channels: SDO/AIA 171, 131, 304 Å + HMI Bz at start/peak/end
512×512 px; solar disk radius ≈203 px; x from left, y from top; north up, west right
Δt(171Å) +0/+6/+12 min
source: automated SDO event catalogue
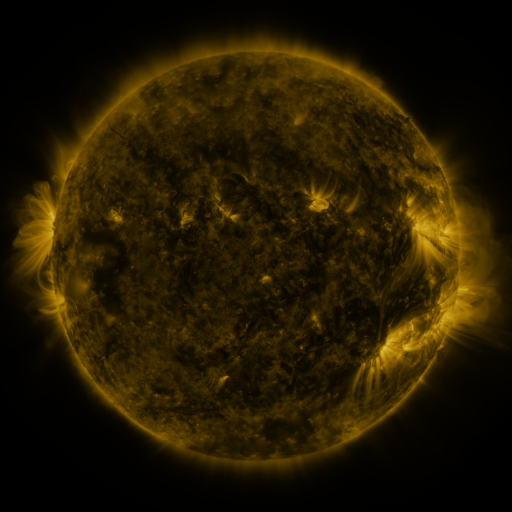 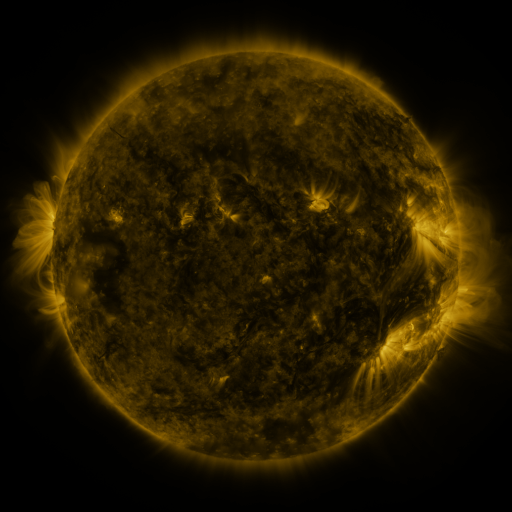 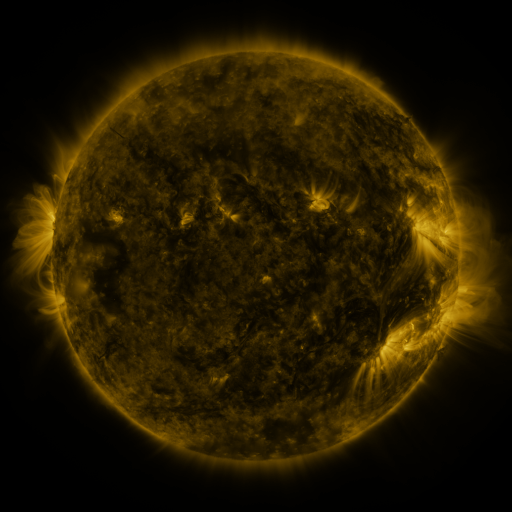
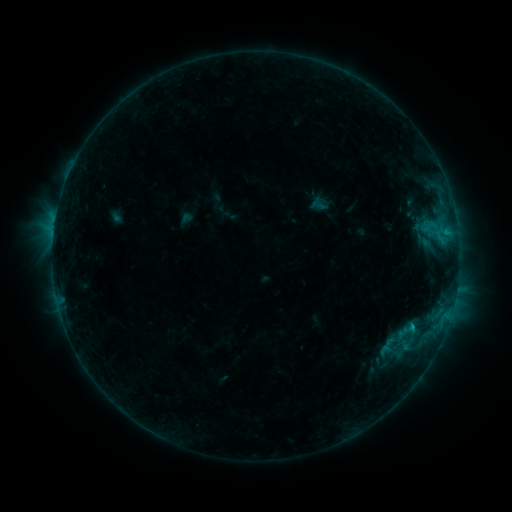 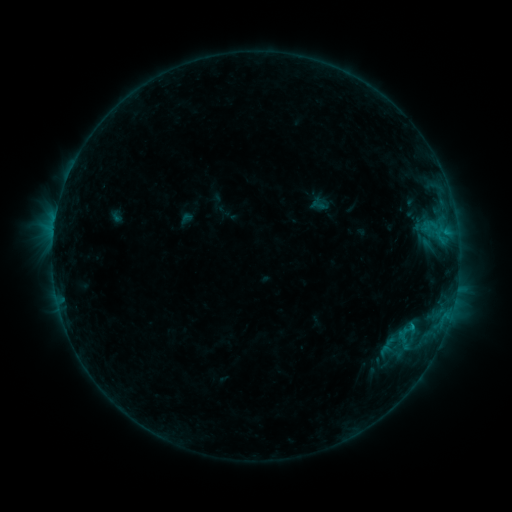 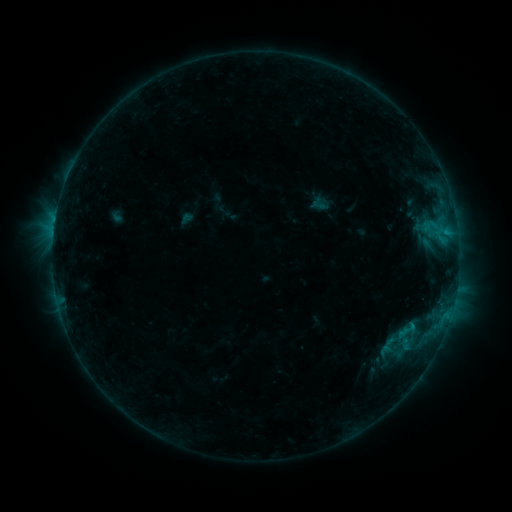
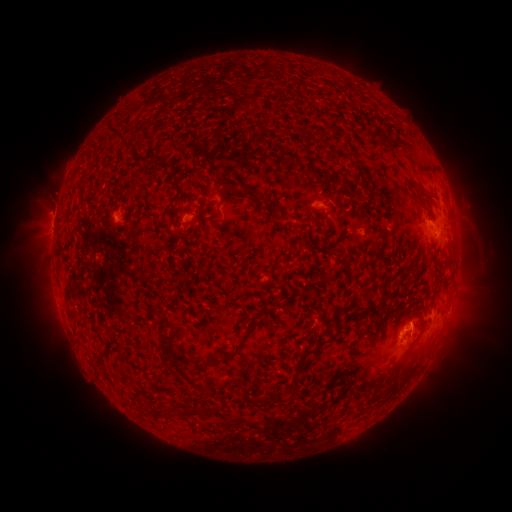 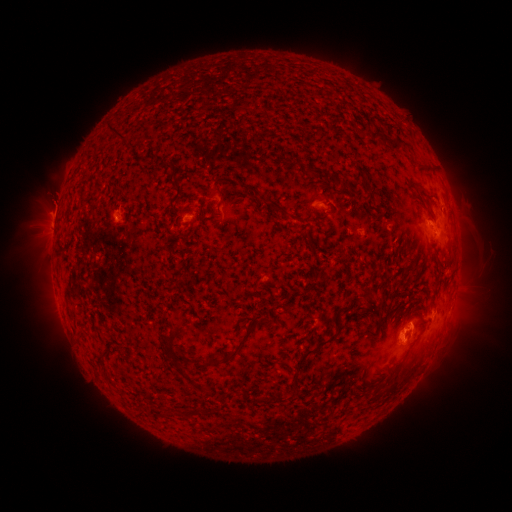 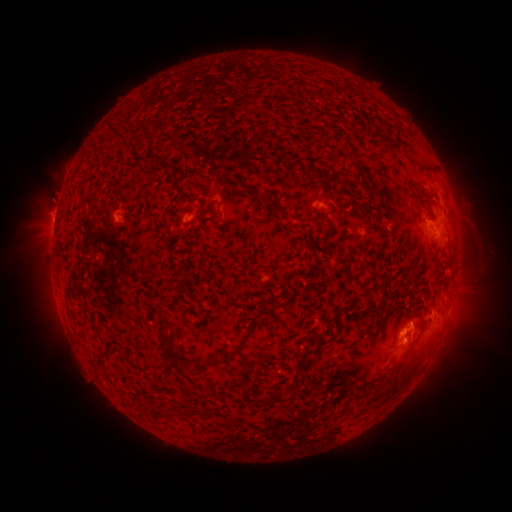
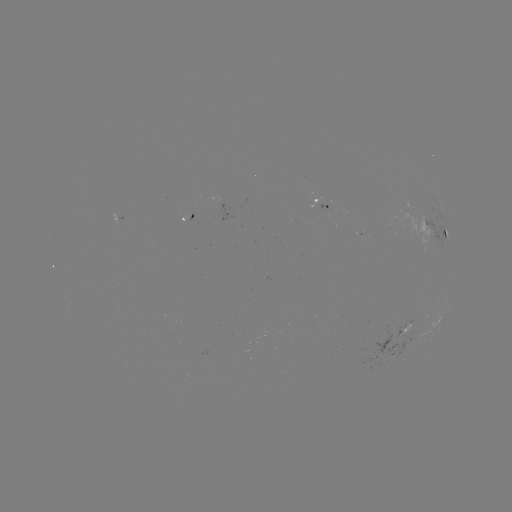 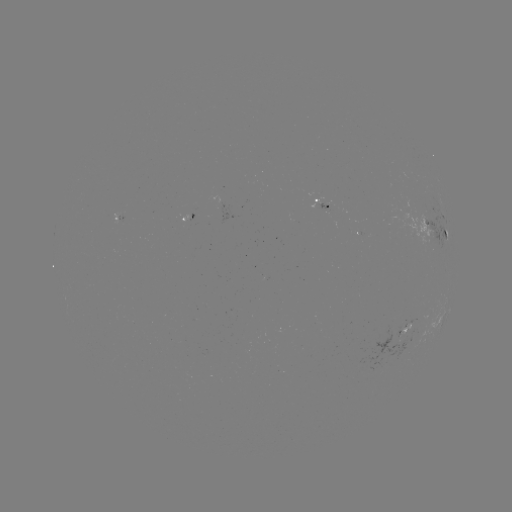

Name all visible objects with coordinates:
eruption: (54, 205)
